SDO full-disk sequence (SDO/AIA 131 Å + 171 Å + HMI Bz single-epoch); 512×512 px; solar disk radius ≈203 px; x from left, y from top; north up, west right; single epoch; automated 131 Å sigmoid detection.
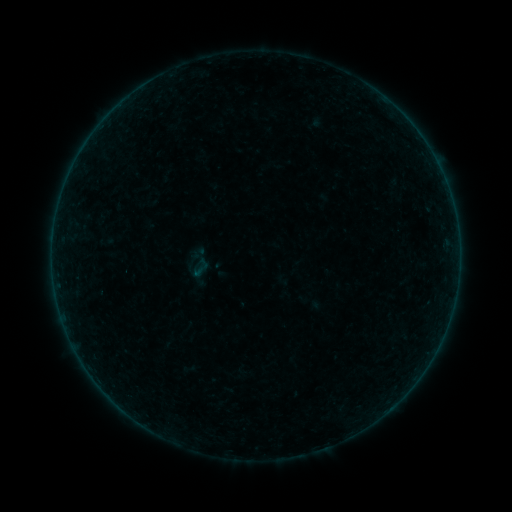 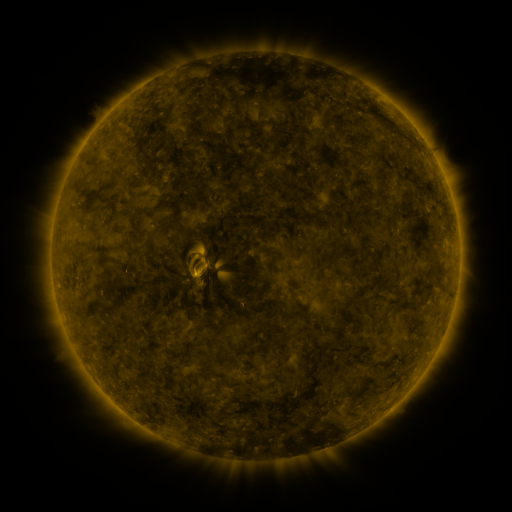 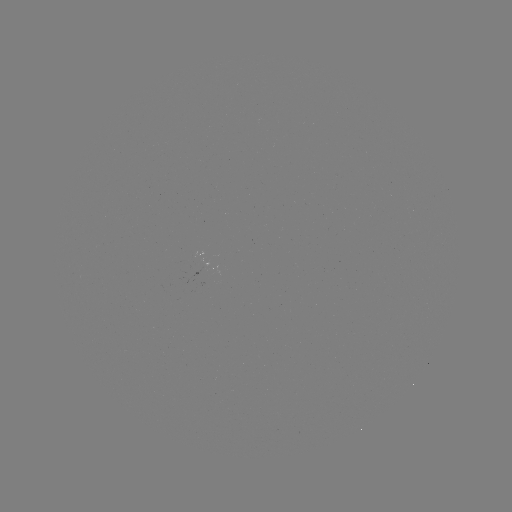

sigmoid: [179, 246, 217, 282]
